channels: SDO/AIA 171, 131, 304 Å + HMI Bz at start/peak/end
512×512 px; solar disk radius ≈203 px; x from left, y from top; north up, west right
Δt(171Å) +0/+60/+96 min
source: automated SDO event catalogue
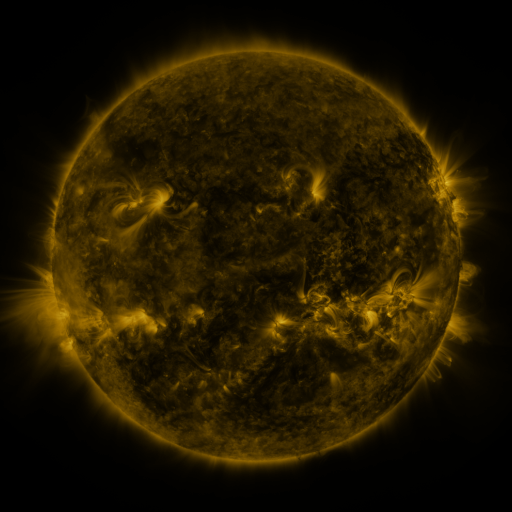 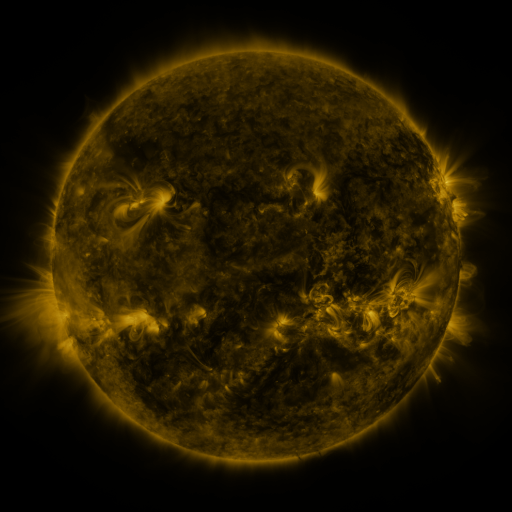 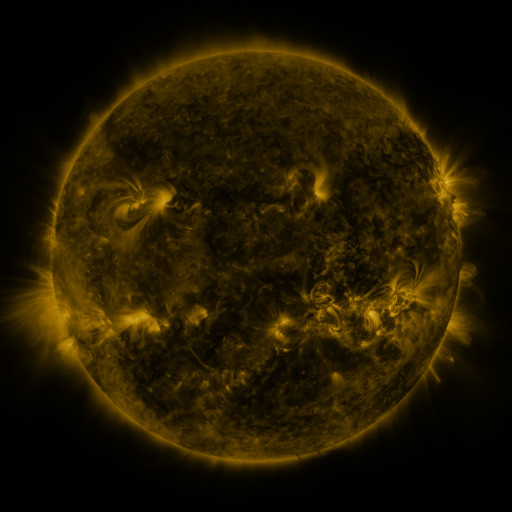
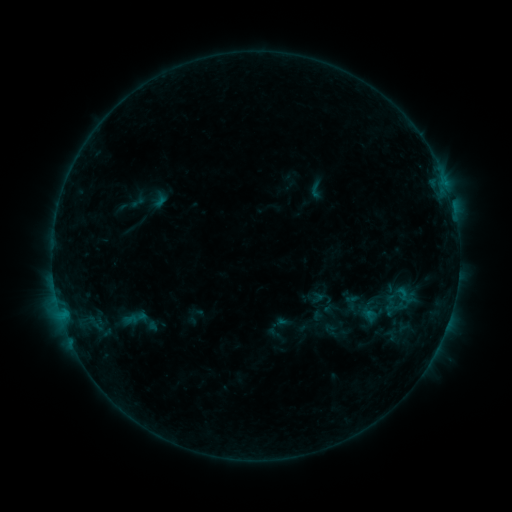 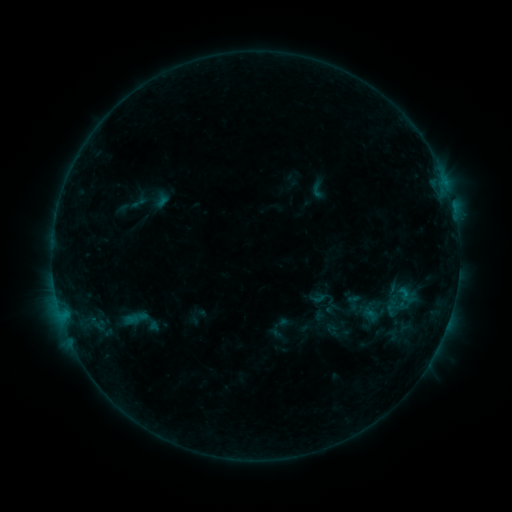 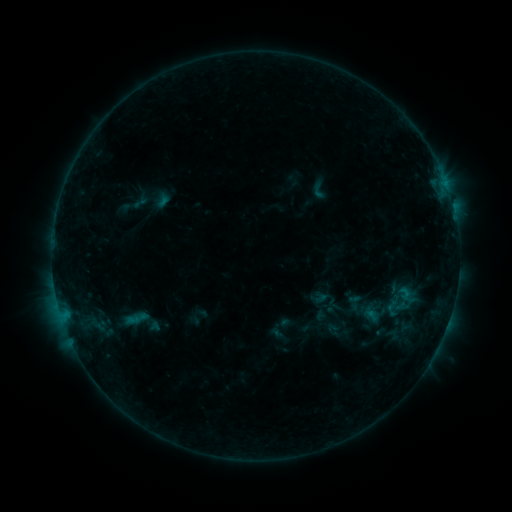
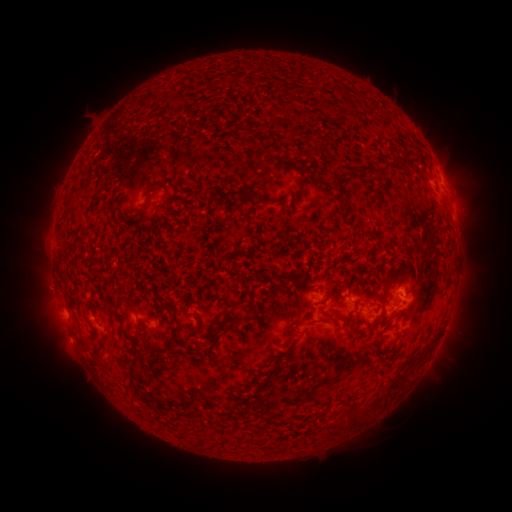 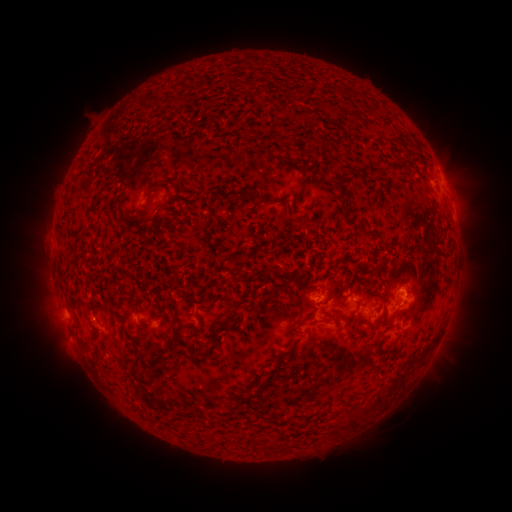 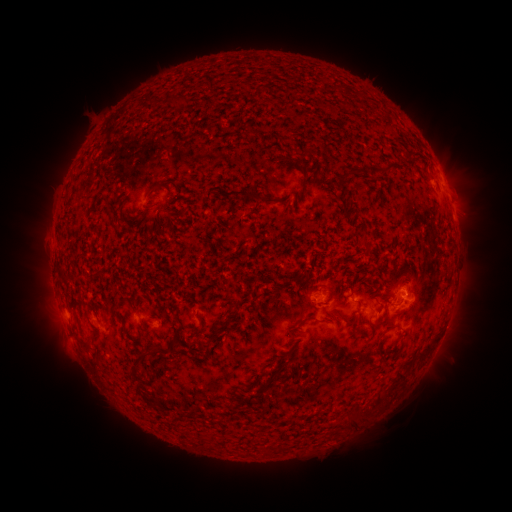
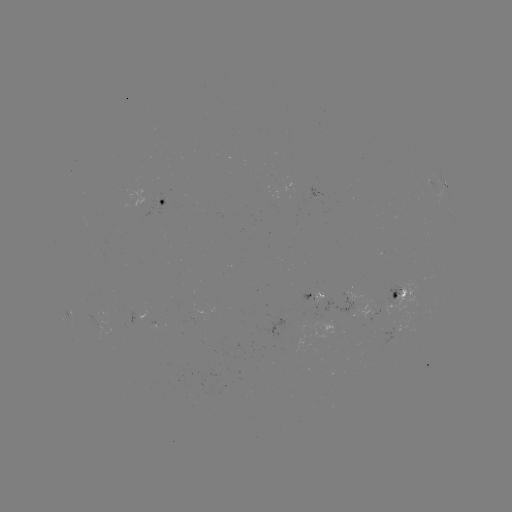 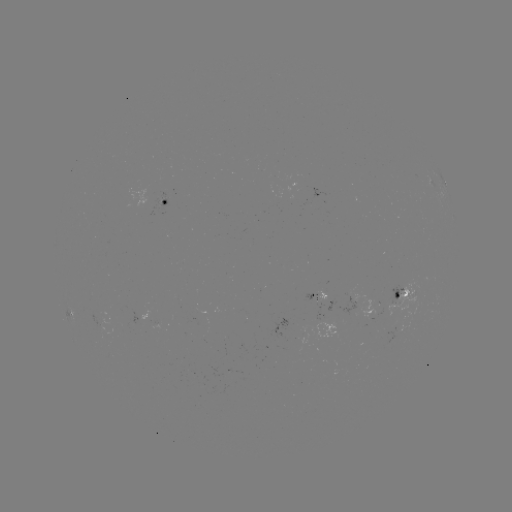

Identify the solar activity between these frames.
emerging-flux region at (316, 306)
